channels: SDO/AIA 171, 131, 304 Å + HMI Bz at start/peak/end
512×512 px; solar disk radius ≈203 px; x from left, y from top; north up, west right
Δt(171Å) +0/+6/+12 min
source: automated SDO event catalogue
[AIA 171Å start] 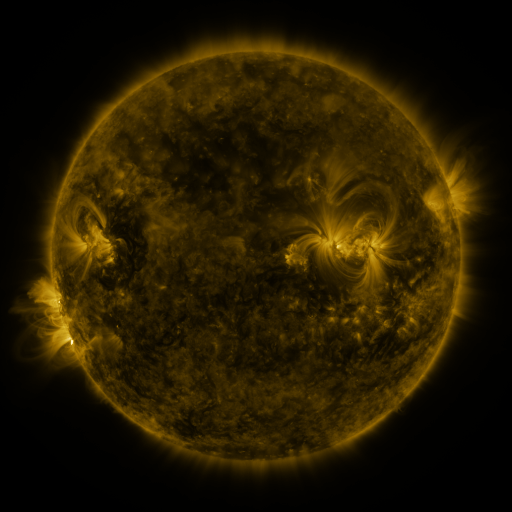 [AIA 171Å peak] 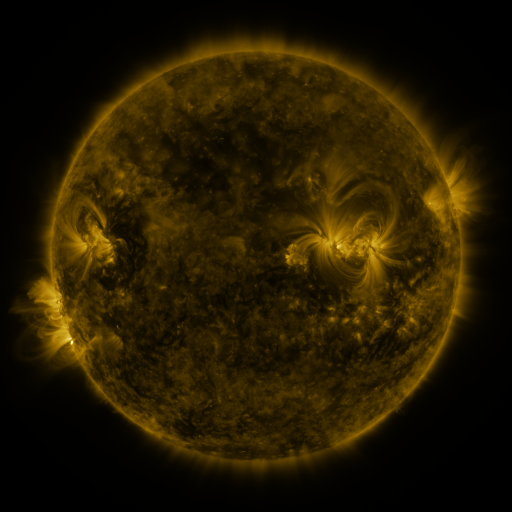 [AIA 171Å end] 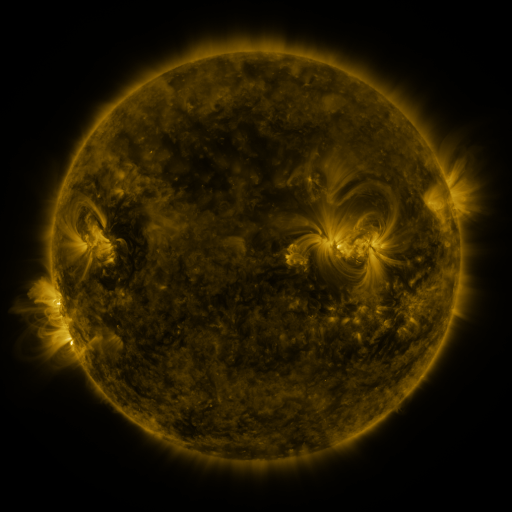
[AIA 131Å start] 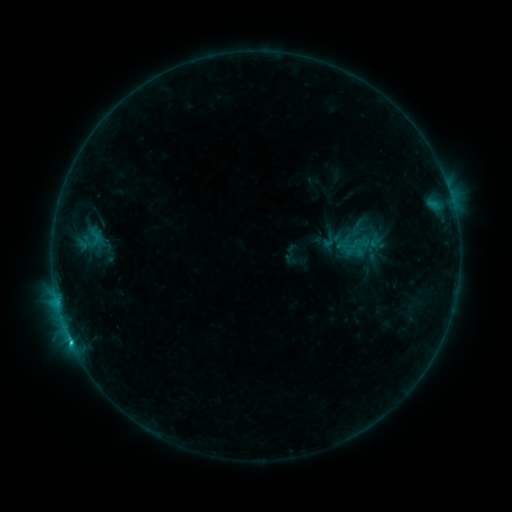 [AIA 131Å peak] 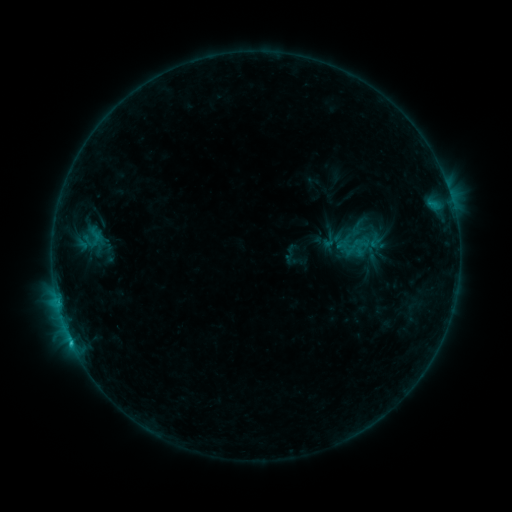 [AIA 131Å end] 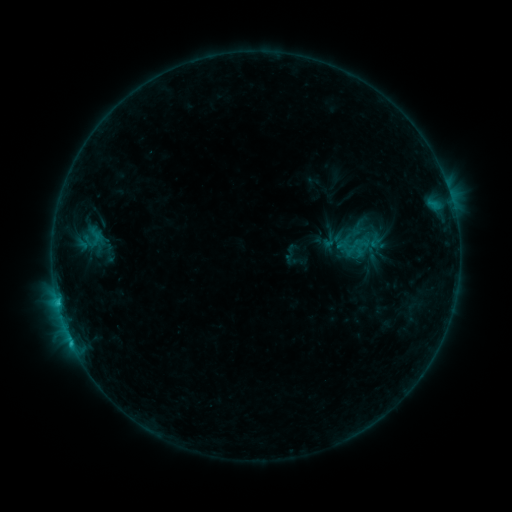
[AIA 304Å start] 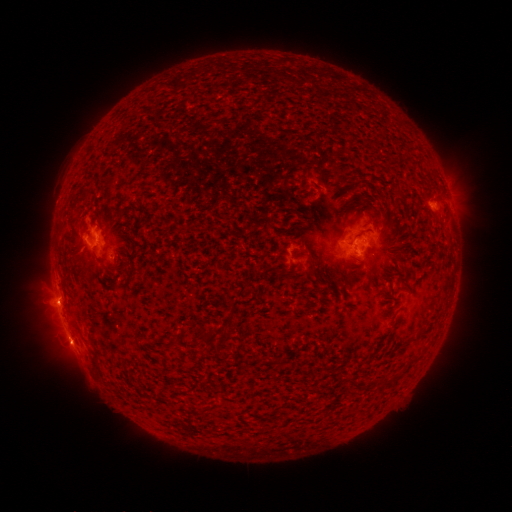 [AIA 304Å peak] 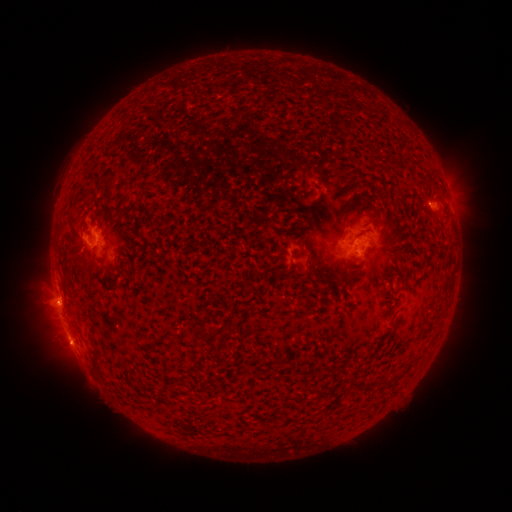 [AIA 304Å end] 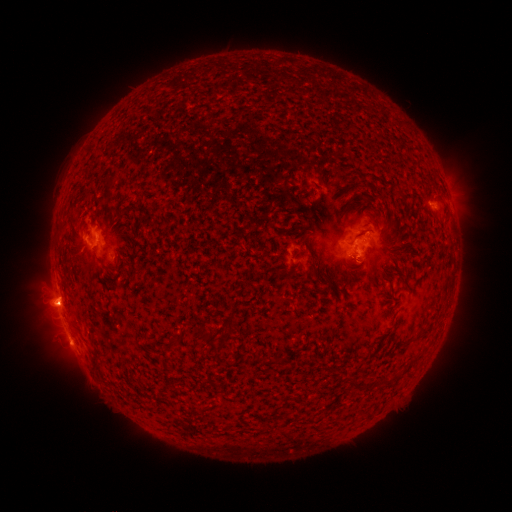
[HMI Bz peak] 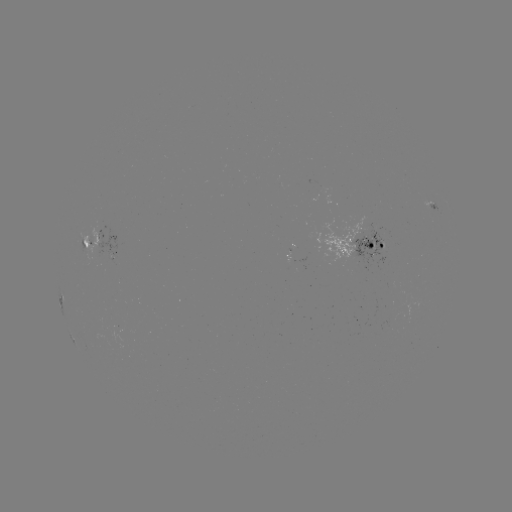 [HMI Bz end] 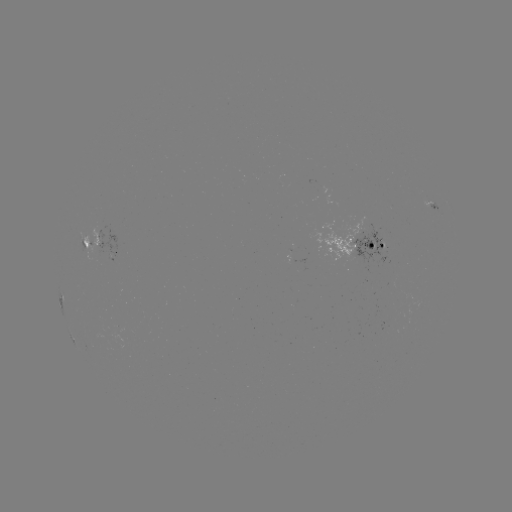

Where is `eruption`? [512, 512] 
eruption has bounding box [28, 274, 74, 323].